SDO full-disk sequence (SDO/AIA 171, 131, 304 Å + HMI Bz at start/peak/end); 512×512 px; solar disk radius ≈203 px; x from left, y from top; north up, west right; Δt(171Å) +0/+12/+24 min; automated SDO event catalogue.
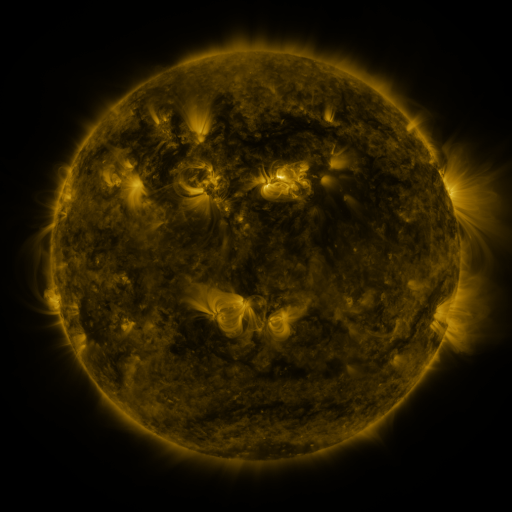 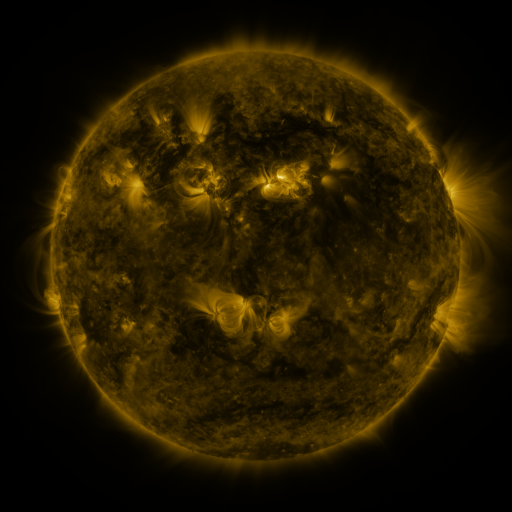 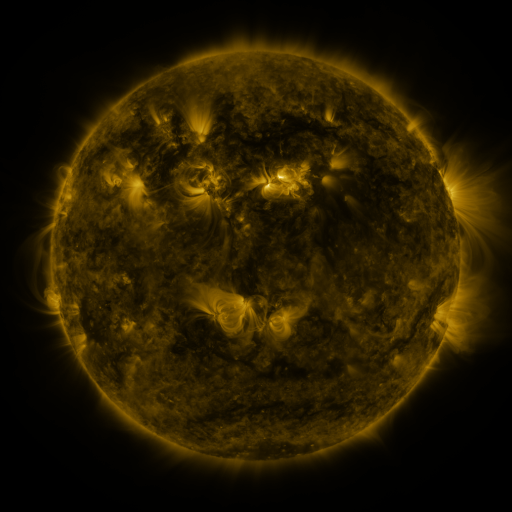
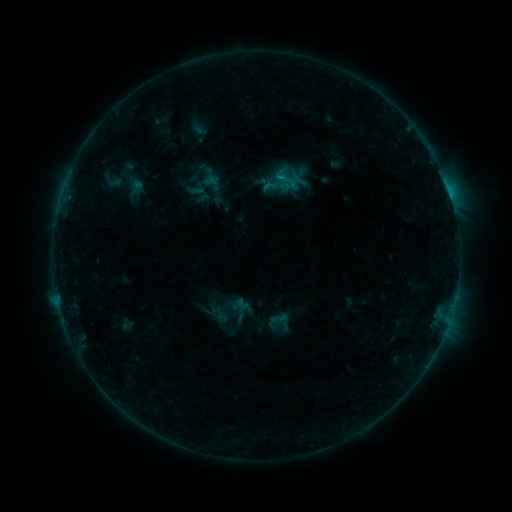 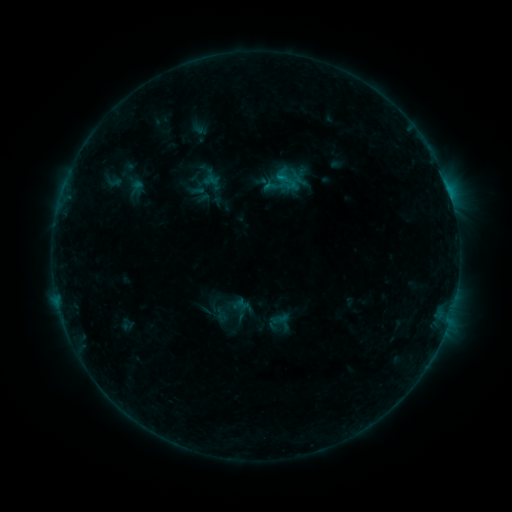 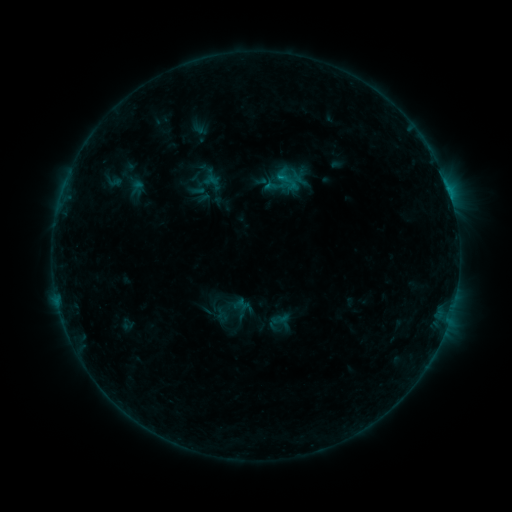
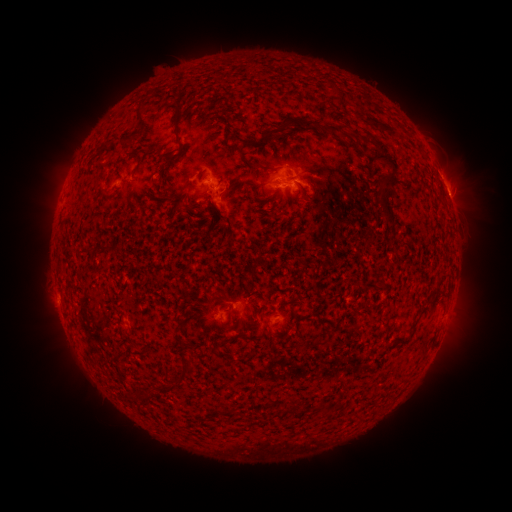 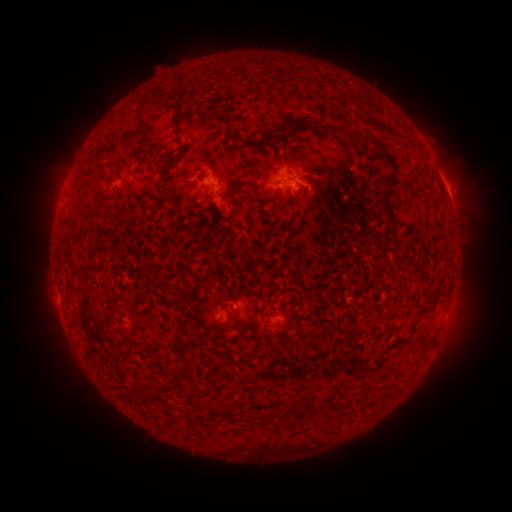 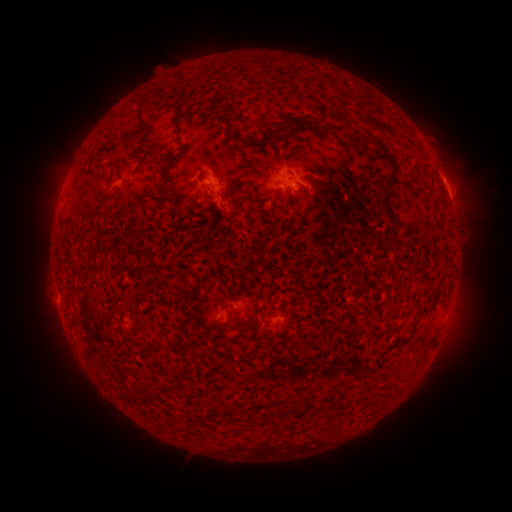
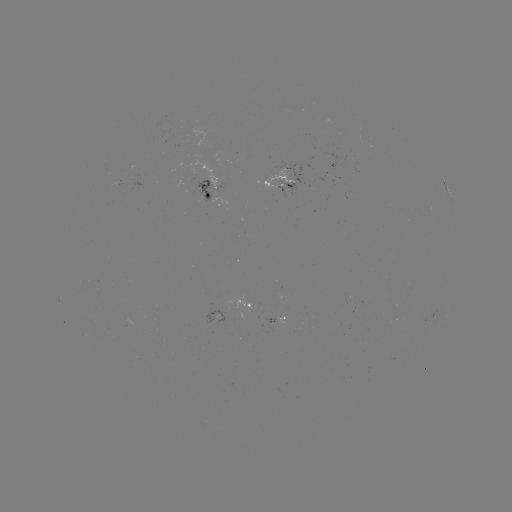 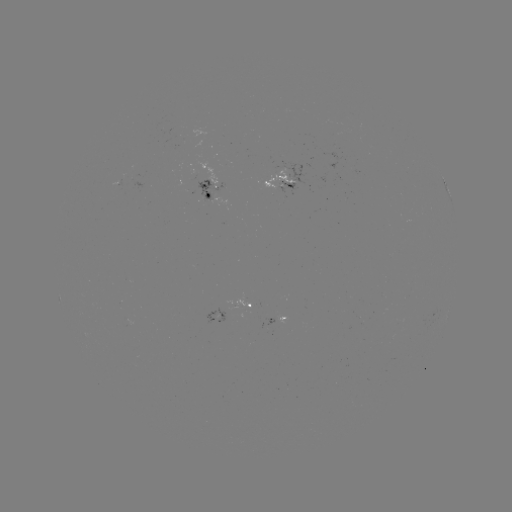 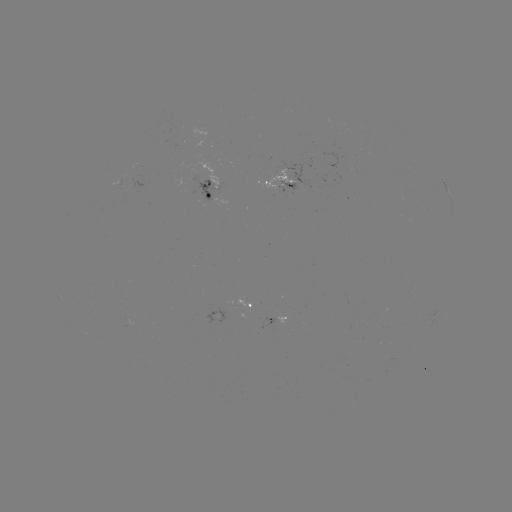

no classed flare was catalogued and no EUV brightening was flagged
